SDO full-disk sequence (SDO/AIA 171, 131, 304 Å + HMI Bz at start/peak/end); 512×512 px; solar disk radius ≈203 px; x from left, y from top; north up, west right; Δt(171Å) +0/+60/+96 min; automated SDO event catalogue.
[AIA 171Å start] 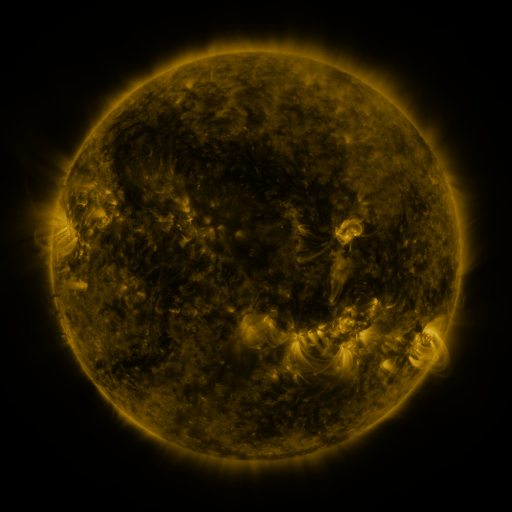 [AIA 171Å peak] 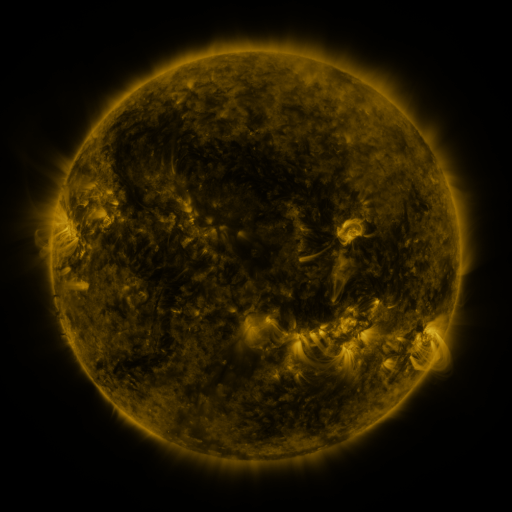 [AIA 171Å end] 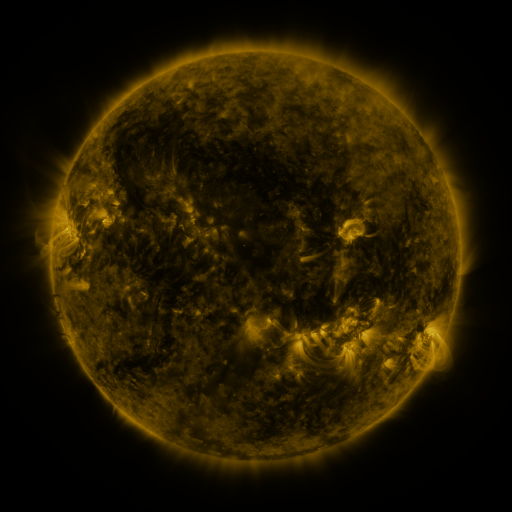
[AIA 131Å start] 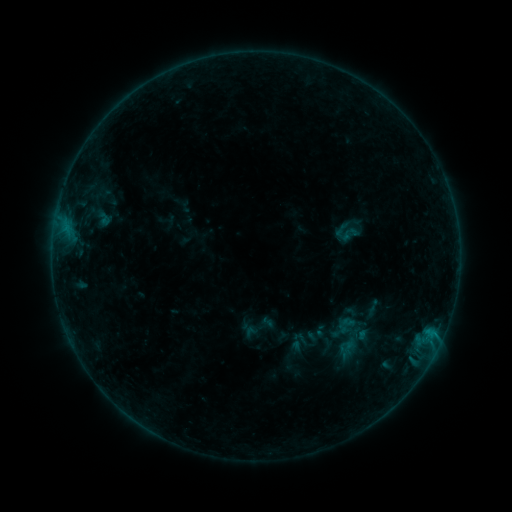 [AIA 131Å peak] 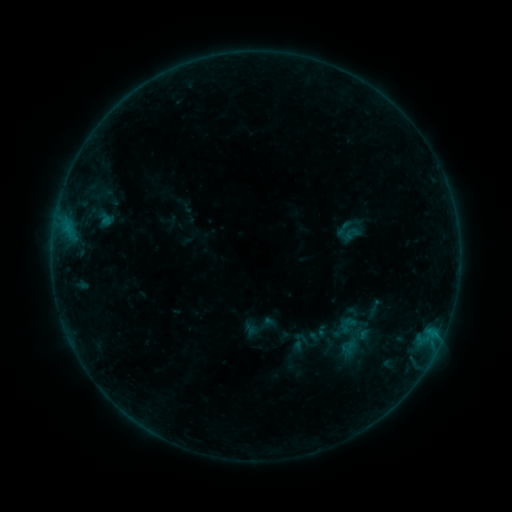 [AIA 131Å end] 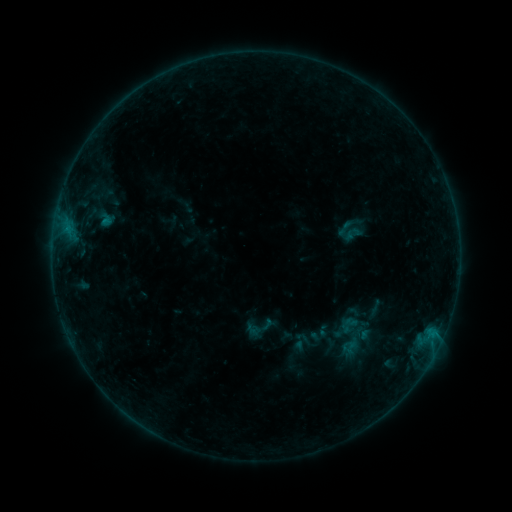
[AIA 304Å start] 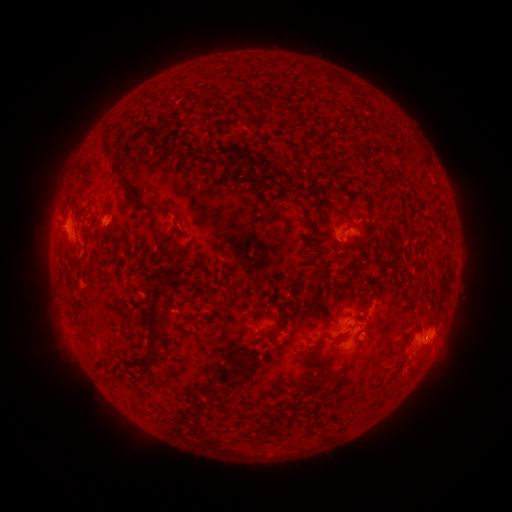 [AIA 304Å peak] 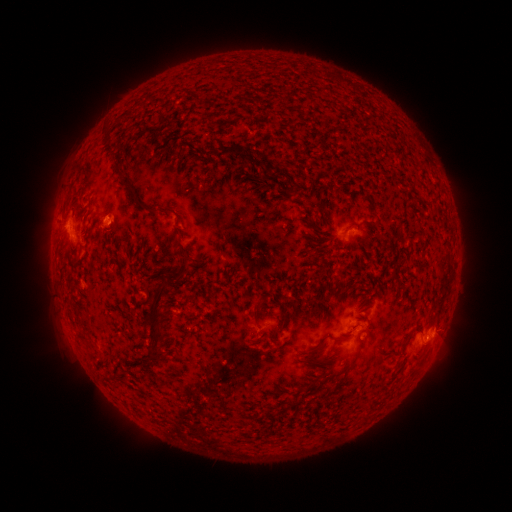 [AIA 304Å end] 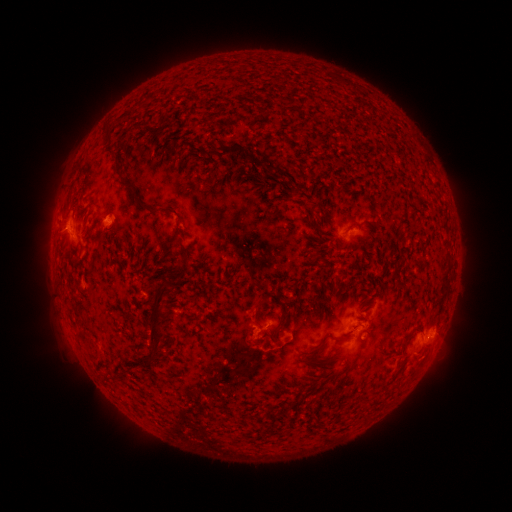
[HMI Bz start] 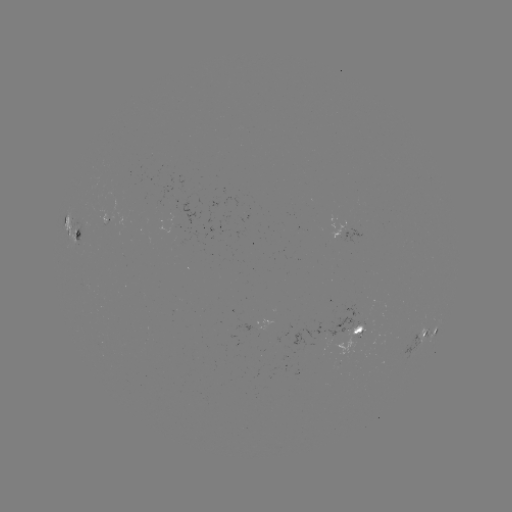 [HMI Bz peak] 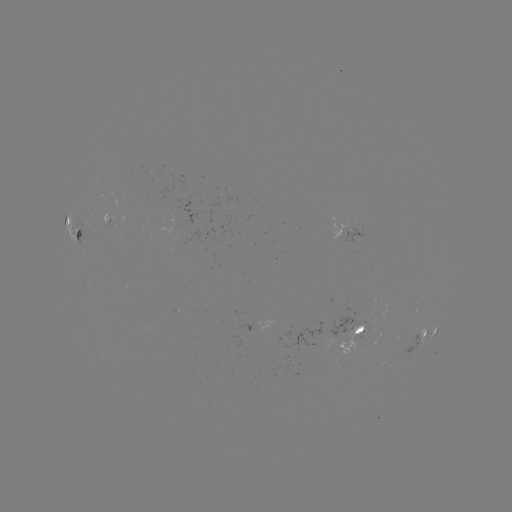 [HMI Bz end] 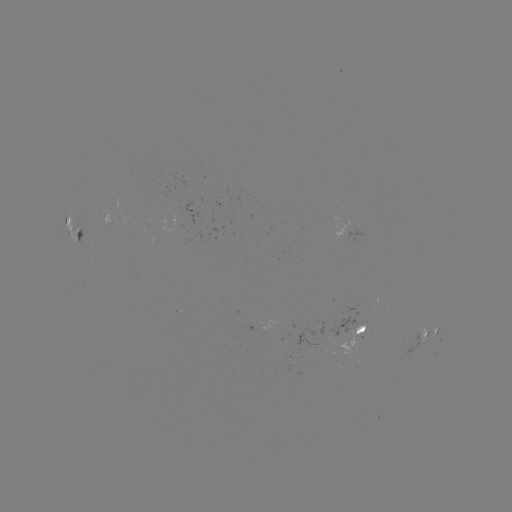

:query emerging-flux region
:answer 357,336